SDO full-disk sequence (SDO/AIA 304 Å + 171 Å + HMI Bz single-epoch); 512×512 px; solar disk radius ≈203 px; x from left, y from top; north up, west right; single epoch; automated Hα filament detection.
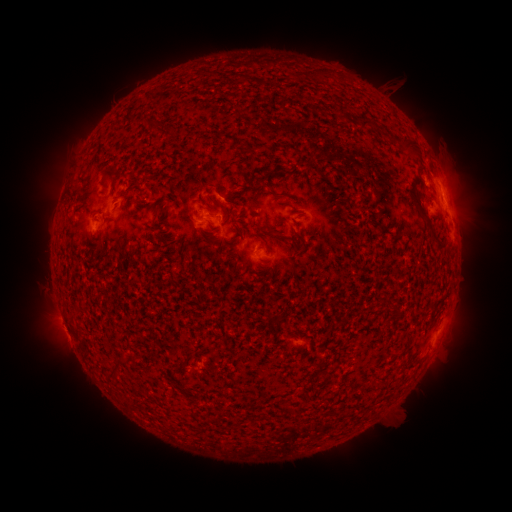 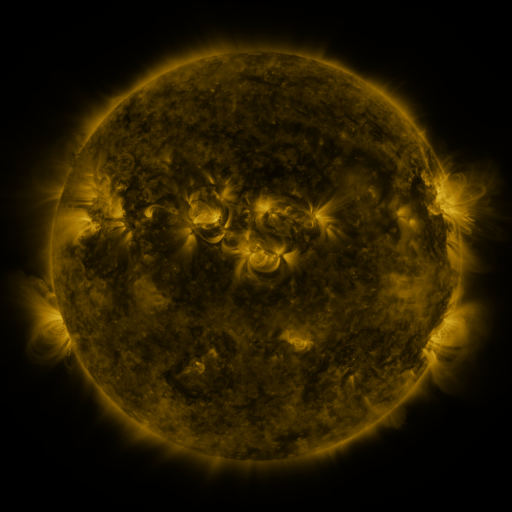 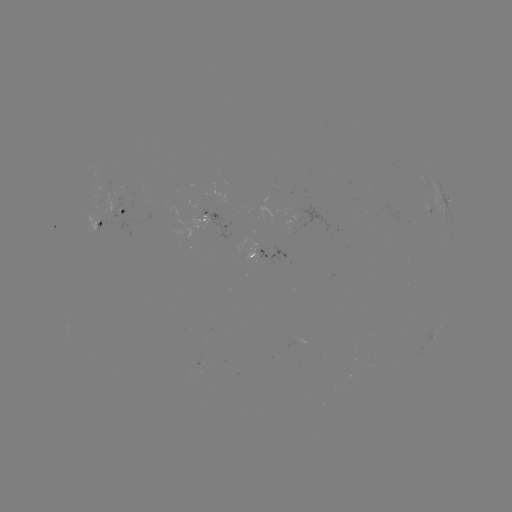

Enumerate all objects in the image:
filament: [309, 104, 321, 113]
filament: [359, 118, 370, 131]
filament: [151, 123, 161, 134]
filament: [167, 125, 177, 138]
filament: [400, 138, 423, 161]
filament: [101, 165, 119, 182]
filament: [409, 188, 444, 250]
filament: [213, 198, 227, 213]
filament: [288, 200, 300, 207]
filament: [264, 226, 281, 237]
filament: [290, 230, 307, 252]
filament: [395, 309, 403, 318]
filament: [119, 356, 130, 365]
filament: [178, 361, 188, 369]
filament: [106, 367, 118, 379]
filament: [282, 402, 295, 413]
